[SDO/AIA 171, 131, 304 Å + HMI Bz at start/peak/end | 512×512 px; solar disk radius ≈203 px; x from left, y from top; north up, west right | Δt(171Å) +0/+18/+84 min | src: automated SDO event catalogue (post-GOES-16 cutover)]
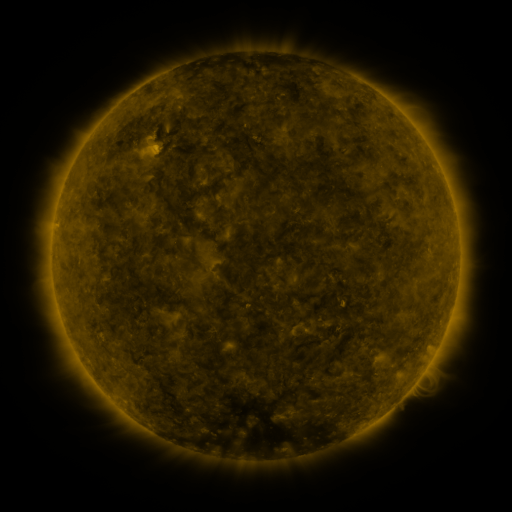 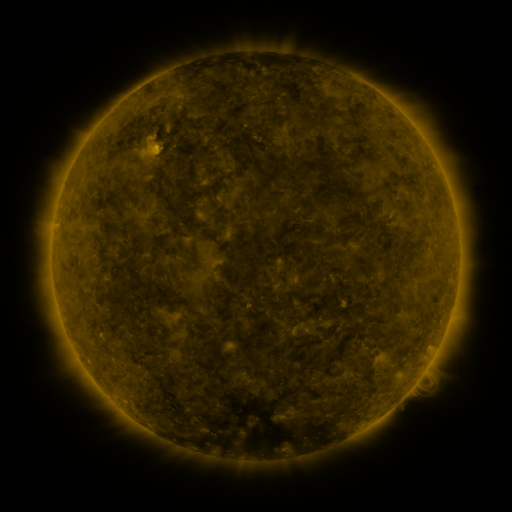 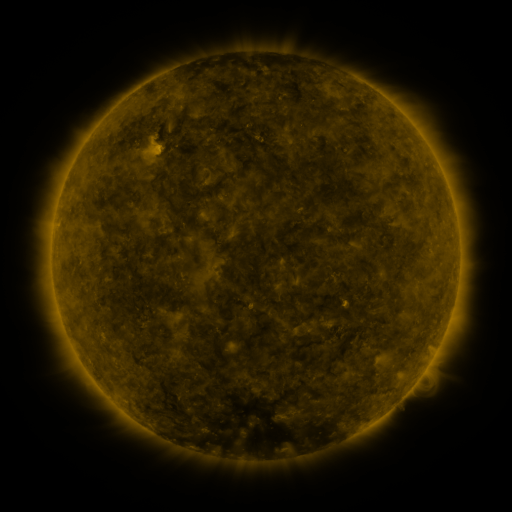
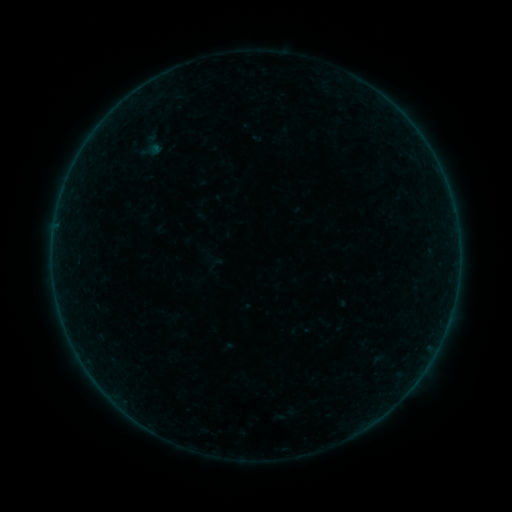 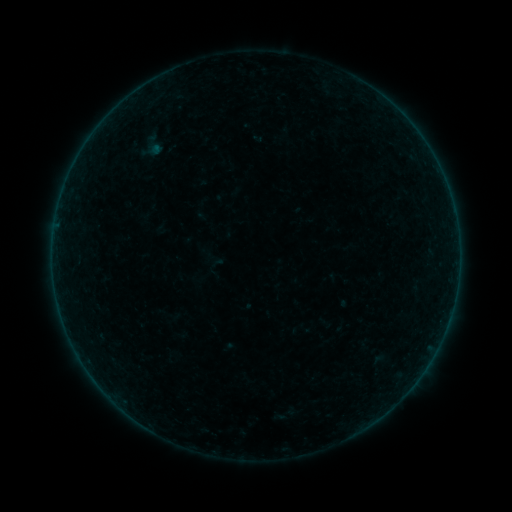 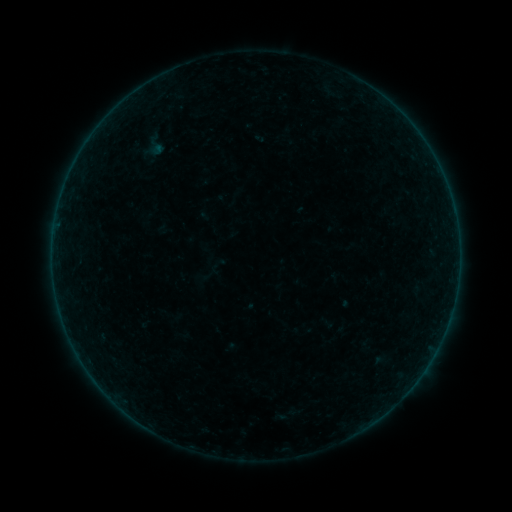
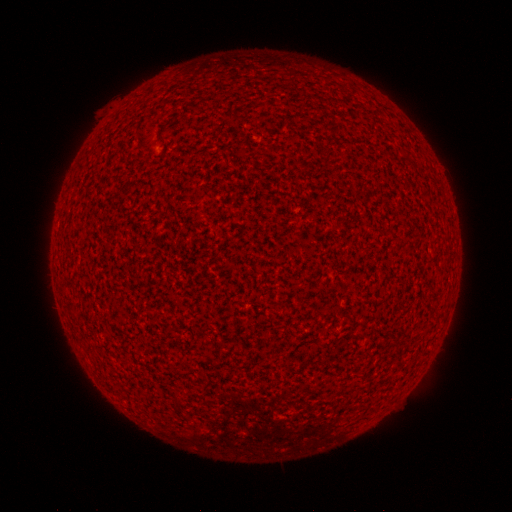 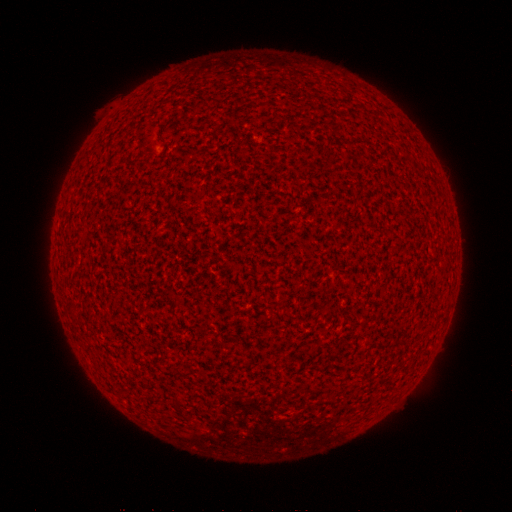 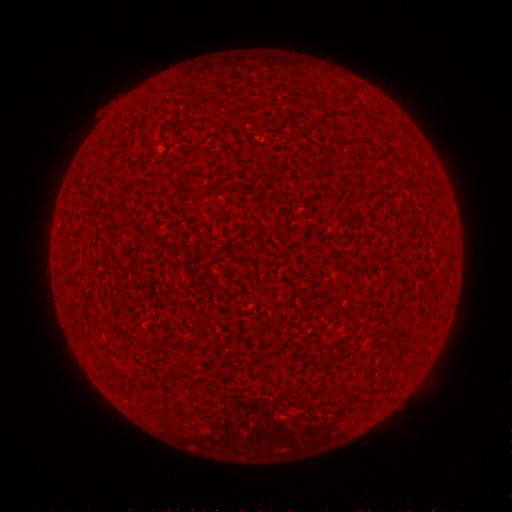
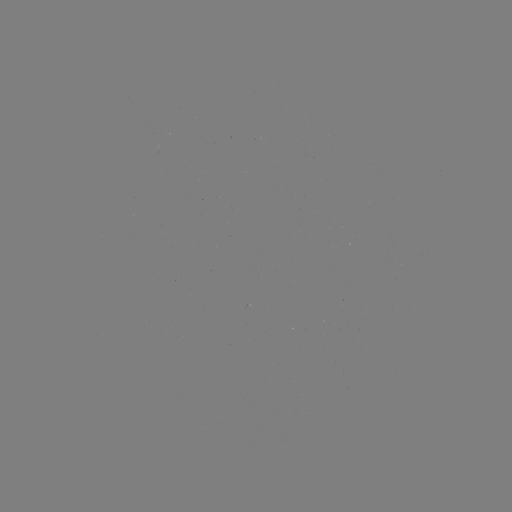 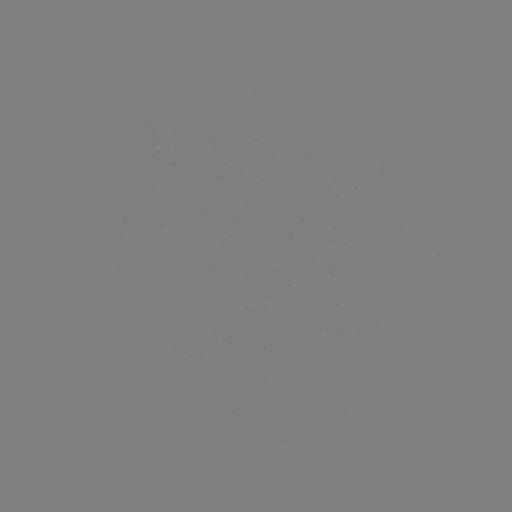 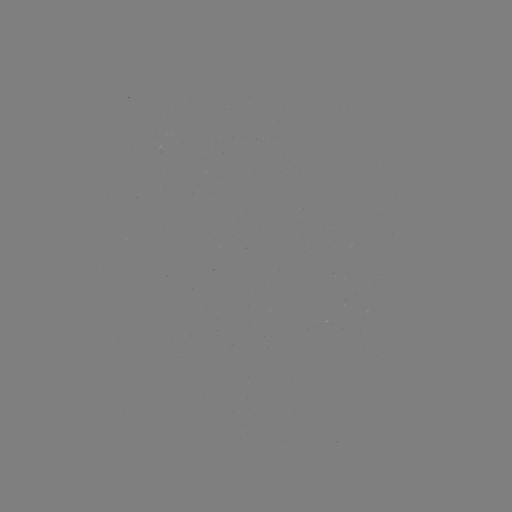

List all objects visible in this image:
A2.1 flare: (157, 145)
